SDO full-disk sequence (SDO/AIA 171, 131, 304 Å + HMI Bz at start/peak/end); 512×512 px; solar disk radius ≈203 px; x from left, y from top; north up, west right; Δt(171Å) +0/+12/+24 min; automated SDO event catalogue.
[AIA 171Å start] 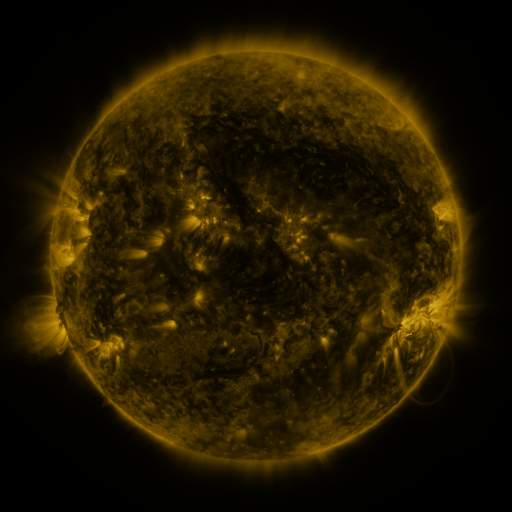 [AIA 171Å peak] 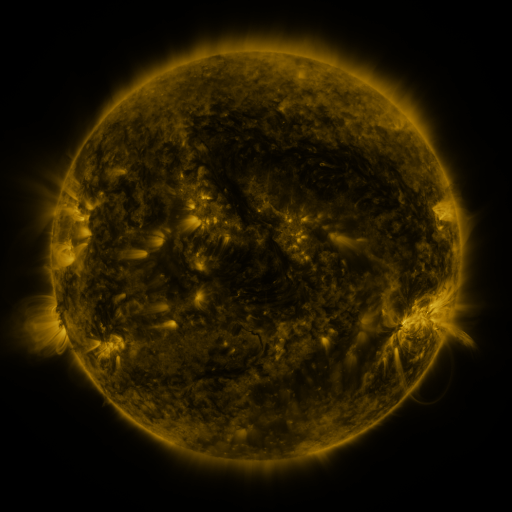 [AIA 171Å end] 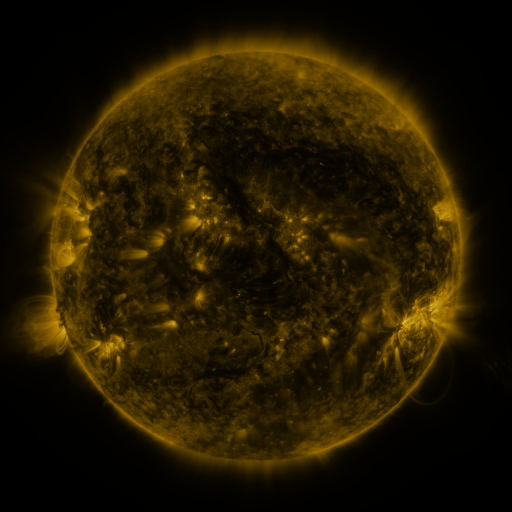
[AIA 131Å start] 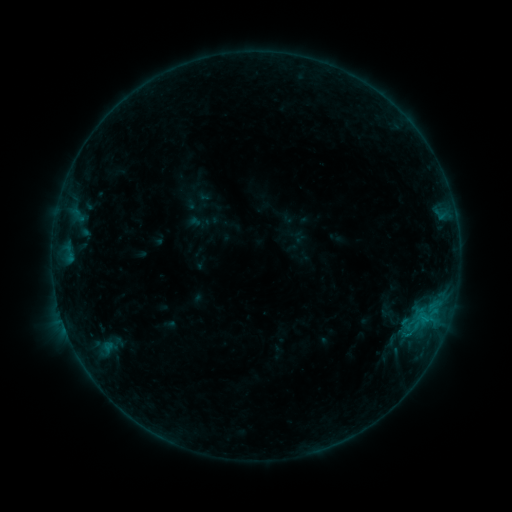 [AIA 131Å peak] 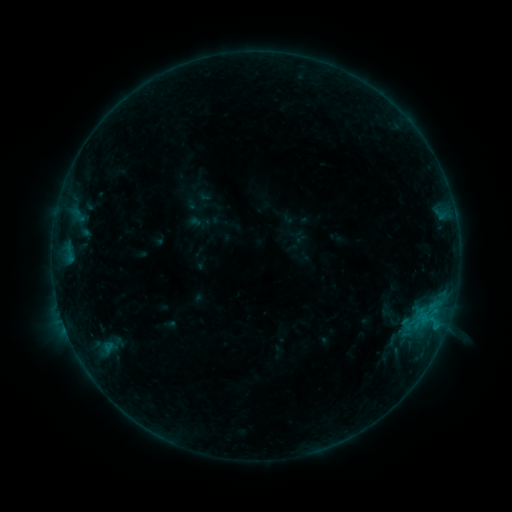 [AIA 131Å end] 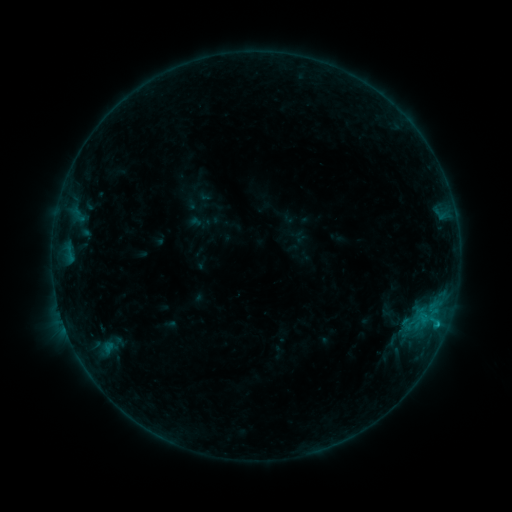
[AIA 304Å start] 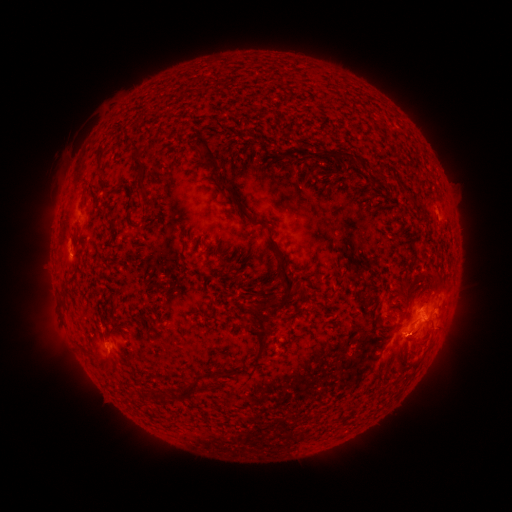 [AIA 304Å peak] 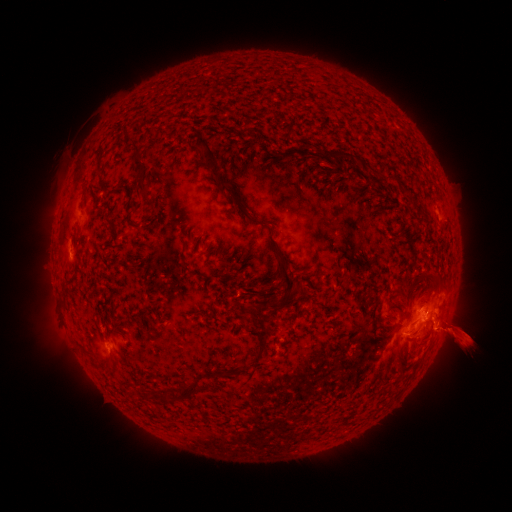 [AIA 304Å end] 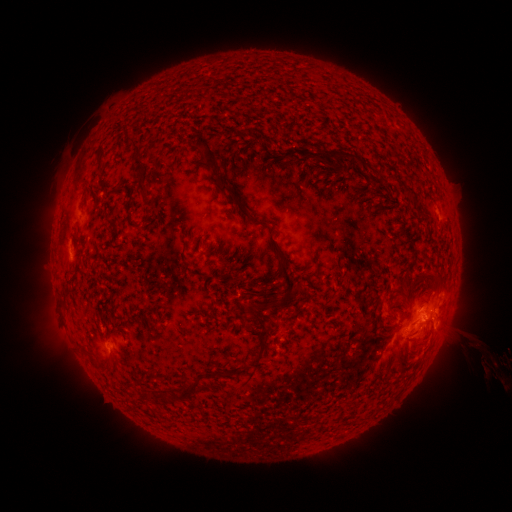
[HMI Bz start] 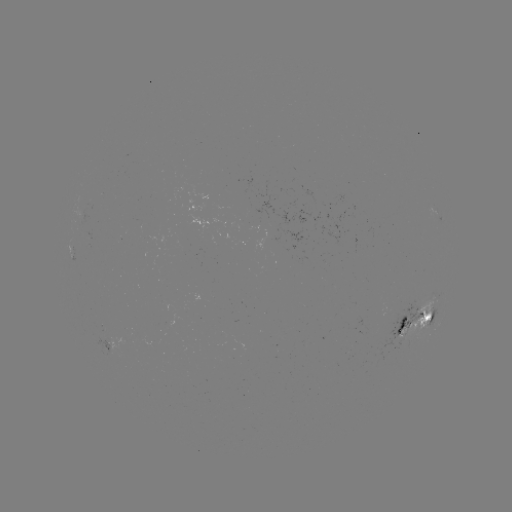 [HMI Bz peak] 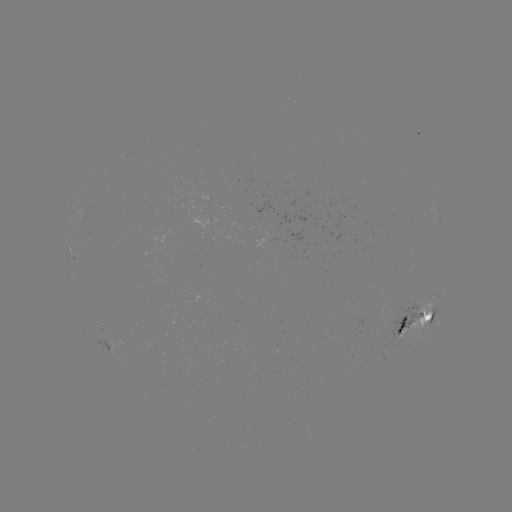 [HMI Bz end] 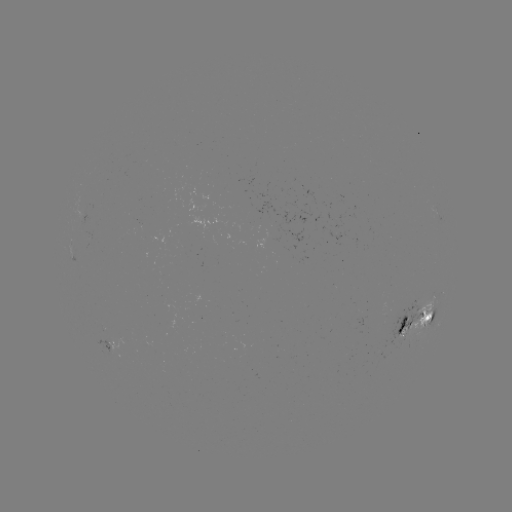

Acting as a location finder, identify eruption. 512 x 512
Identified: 458,336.